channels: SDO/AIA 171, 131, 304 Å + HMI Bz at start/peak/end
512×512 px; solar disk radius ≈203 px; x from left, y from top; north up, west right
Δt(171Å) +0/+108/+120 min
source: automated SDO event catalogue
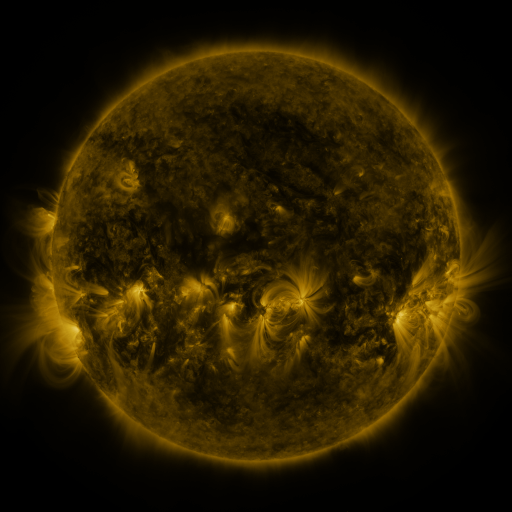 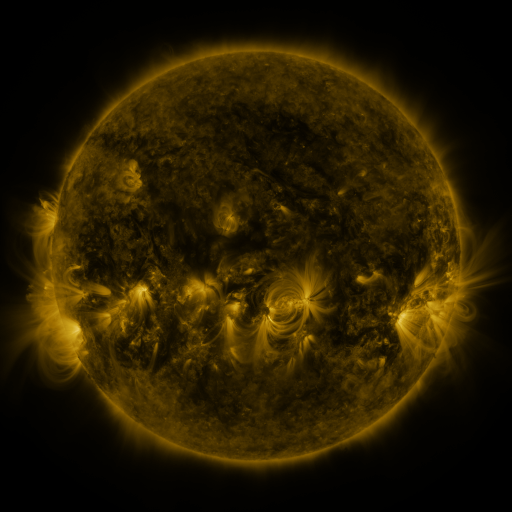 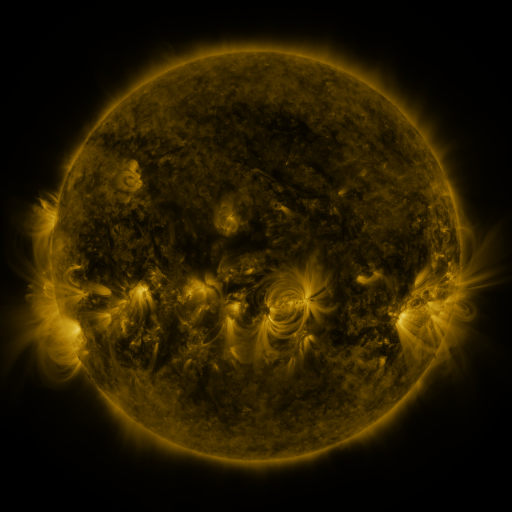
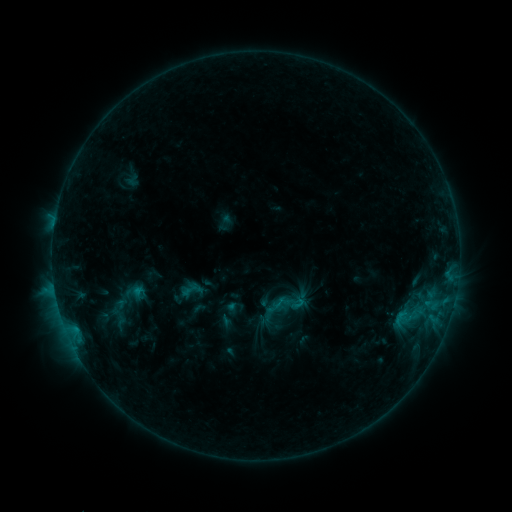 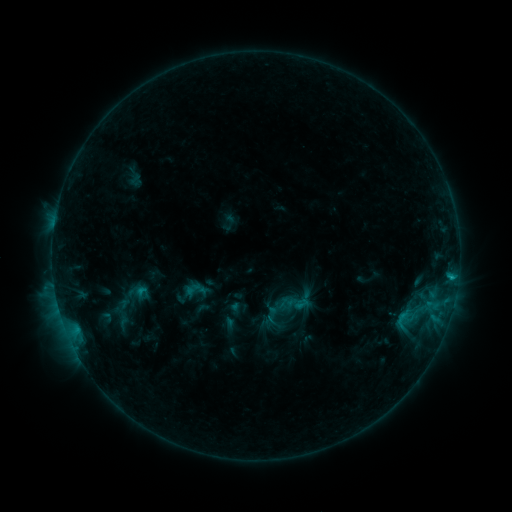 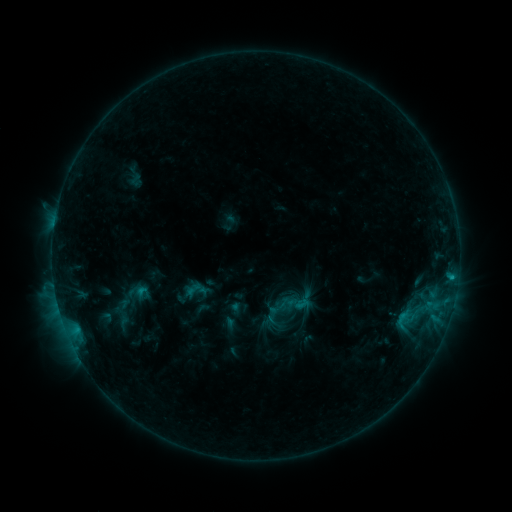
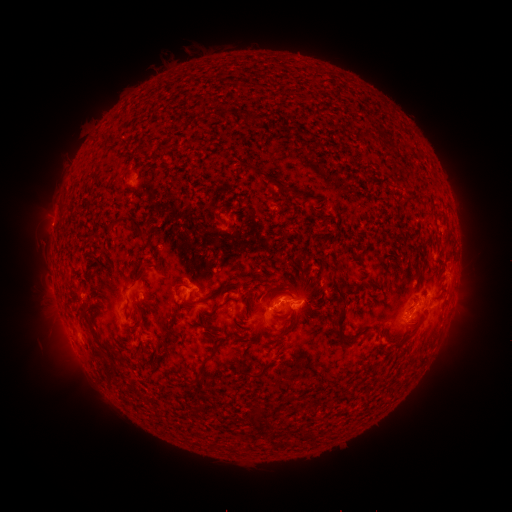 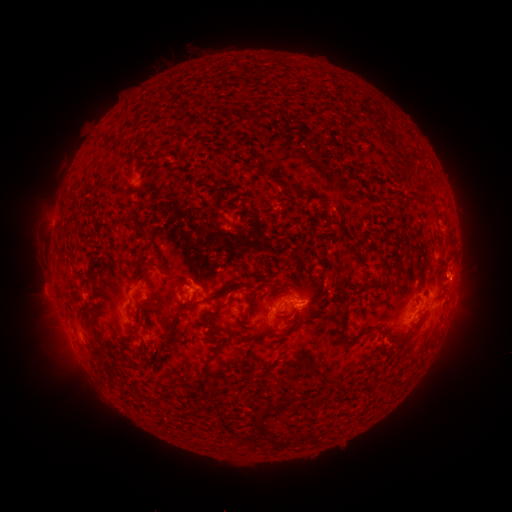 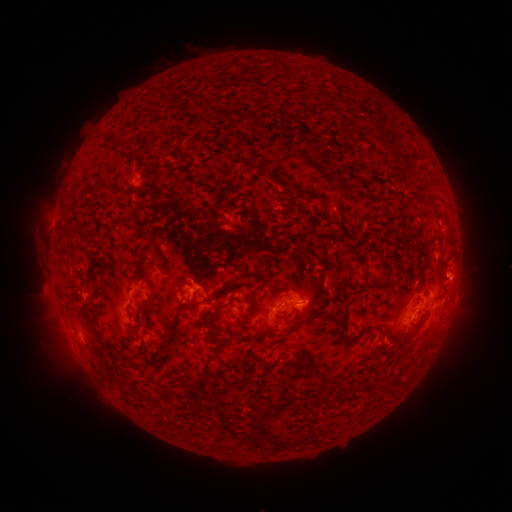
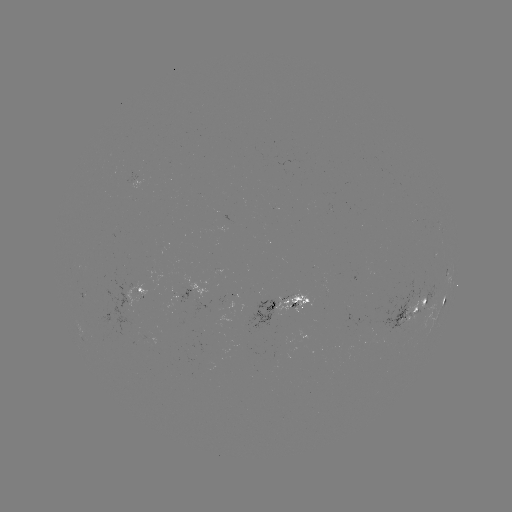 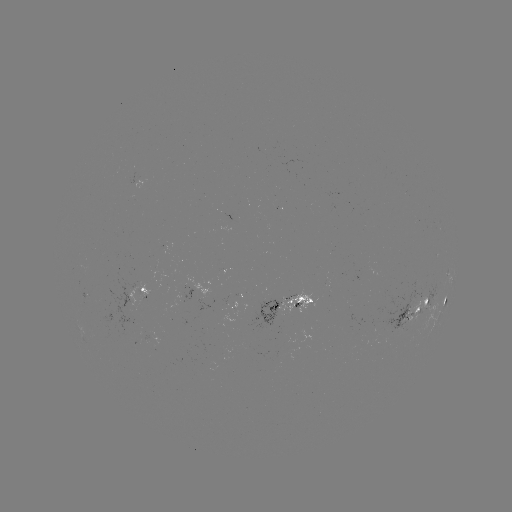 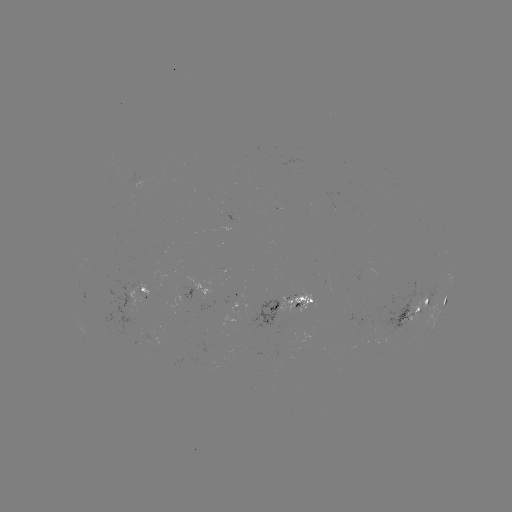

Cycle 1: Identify emerging-flux region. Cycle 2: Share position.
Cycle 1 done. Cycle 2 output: (406, 317).